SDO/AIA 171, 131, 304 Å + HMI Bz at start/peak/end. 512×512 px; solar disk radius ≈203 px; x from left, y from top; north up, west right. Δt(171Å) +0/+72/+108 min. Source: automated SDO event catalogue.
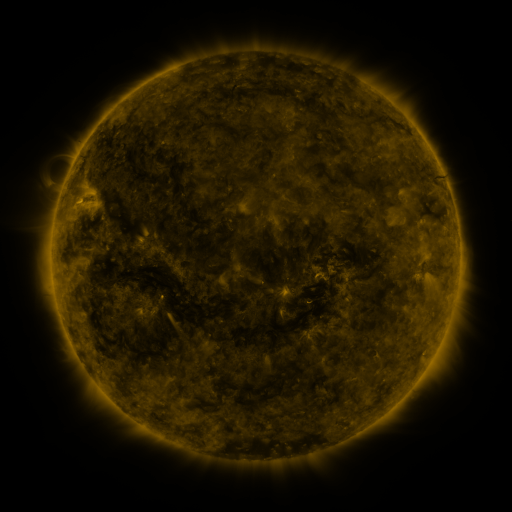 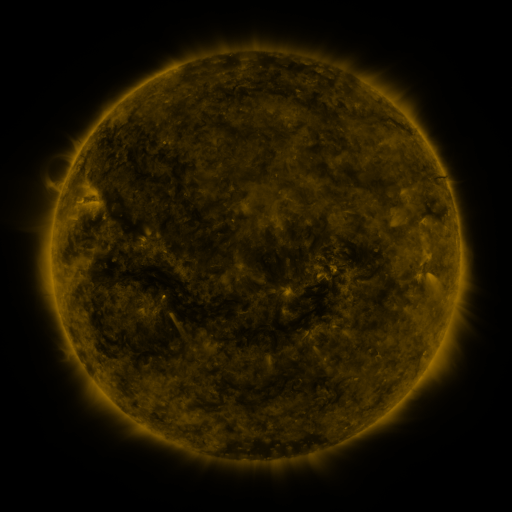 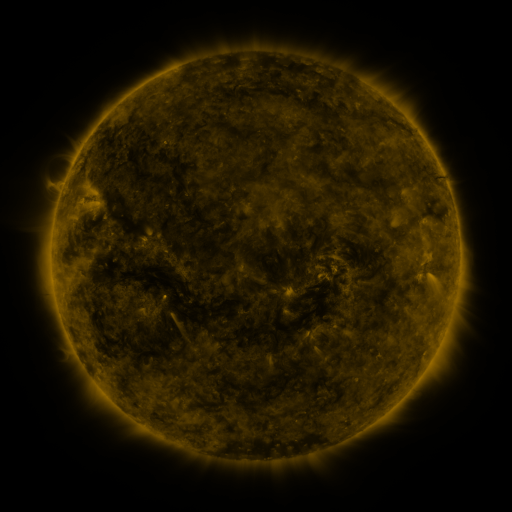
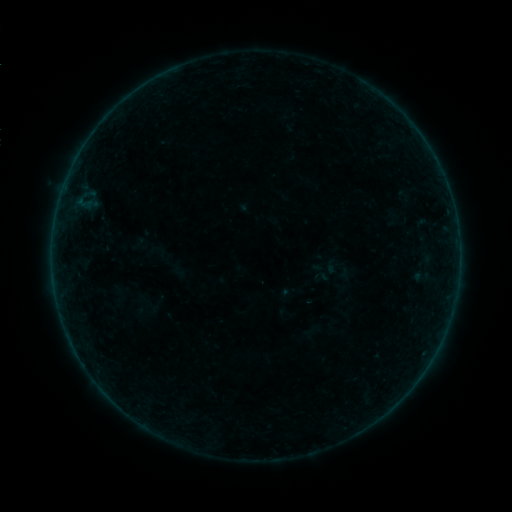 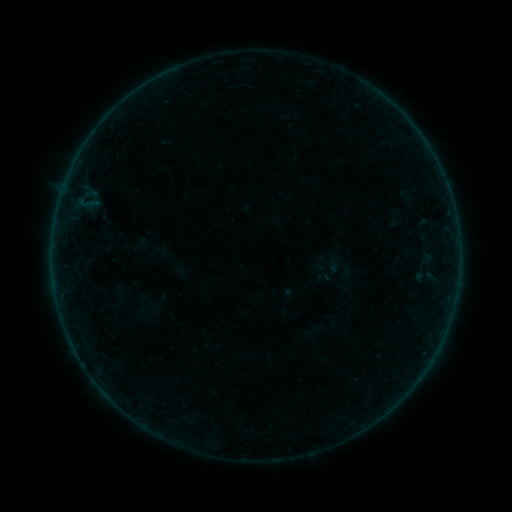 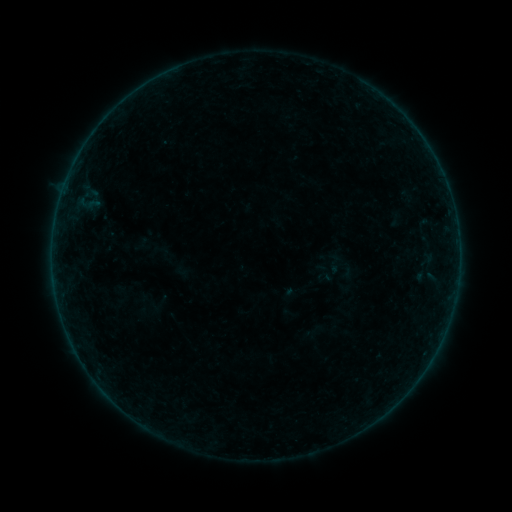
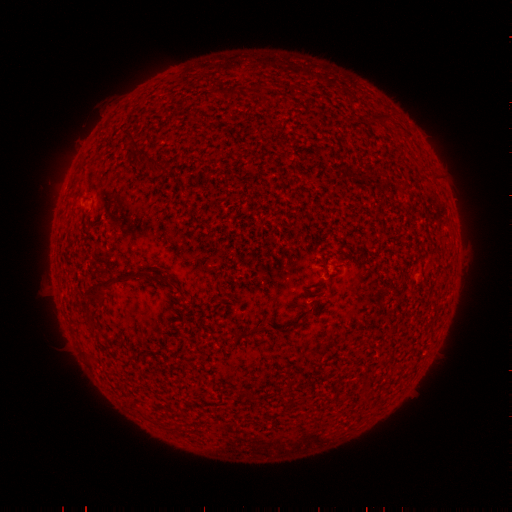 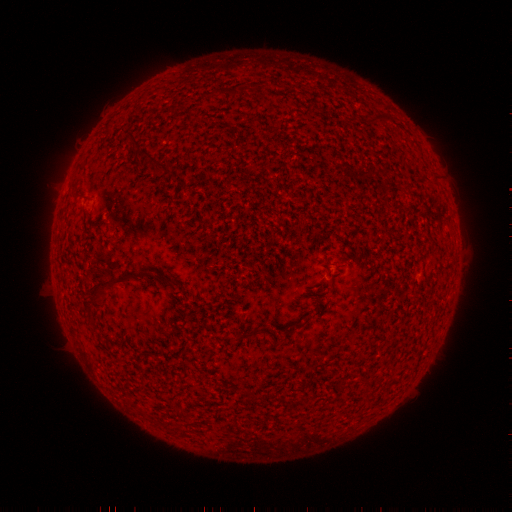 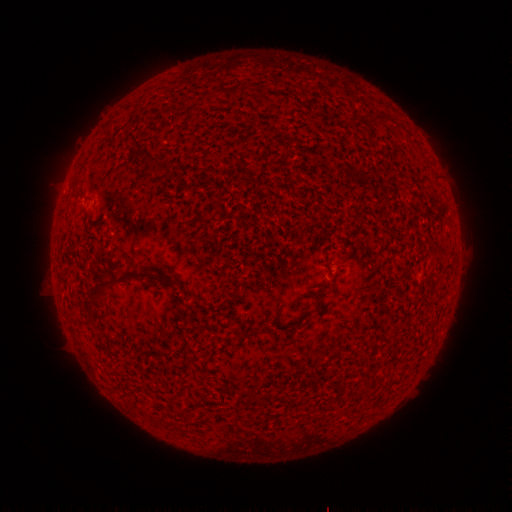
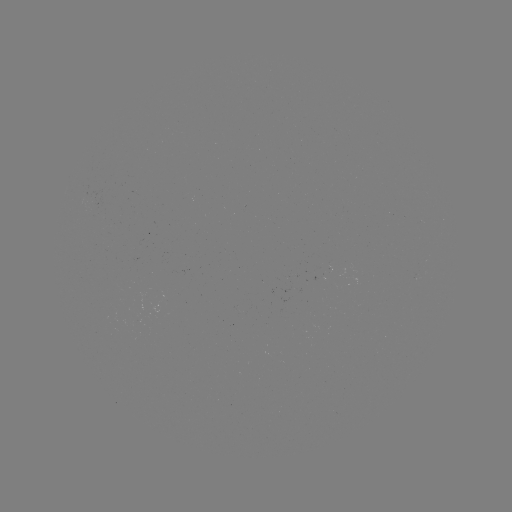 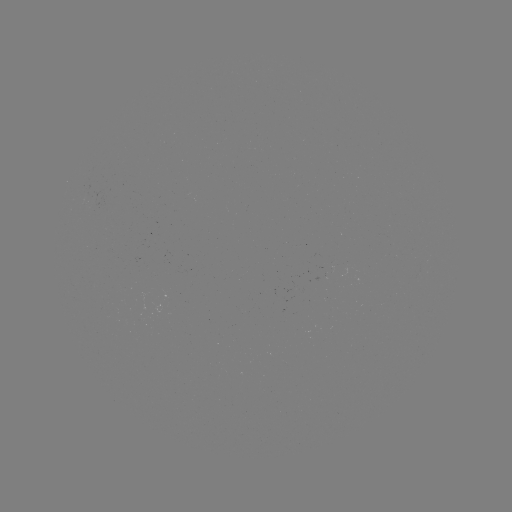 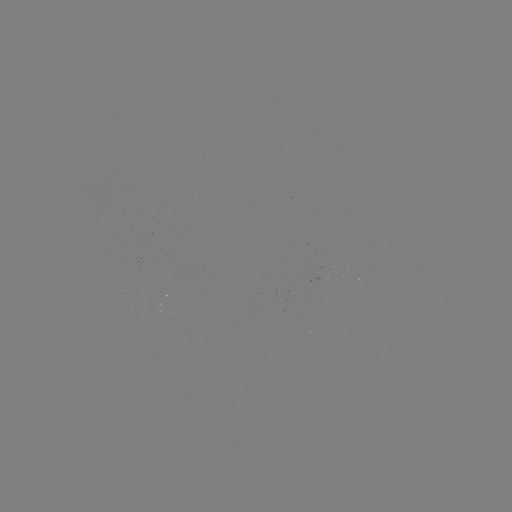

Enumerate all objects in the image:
emerging-flux region: (94, 203)
